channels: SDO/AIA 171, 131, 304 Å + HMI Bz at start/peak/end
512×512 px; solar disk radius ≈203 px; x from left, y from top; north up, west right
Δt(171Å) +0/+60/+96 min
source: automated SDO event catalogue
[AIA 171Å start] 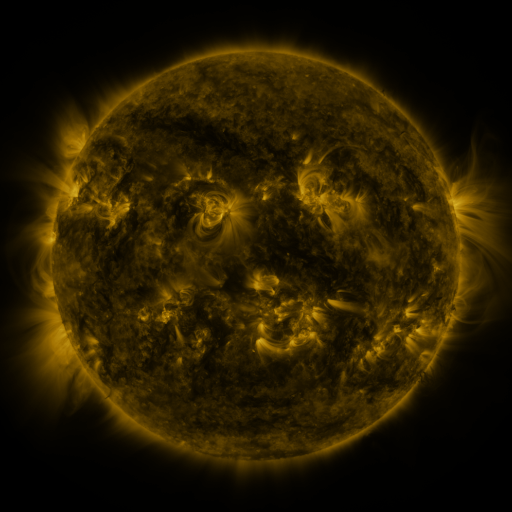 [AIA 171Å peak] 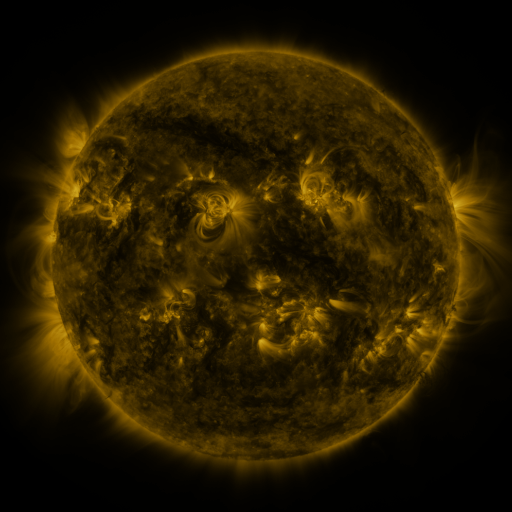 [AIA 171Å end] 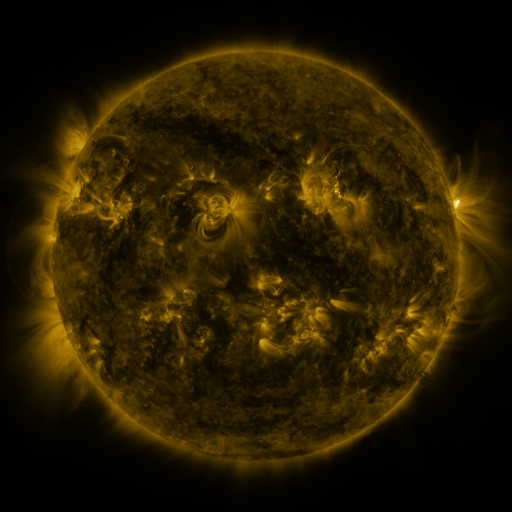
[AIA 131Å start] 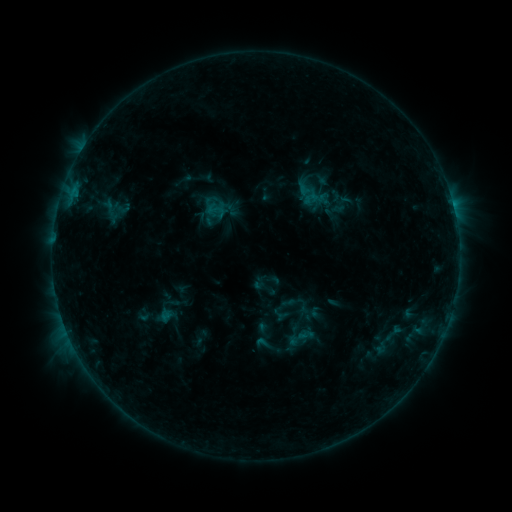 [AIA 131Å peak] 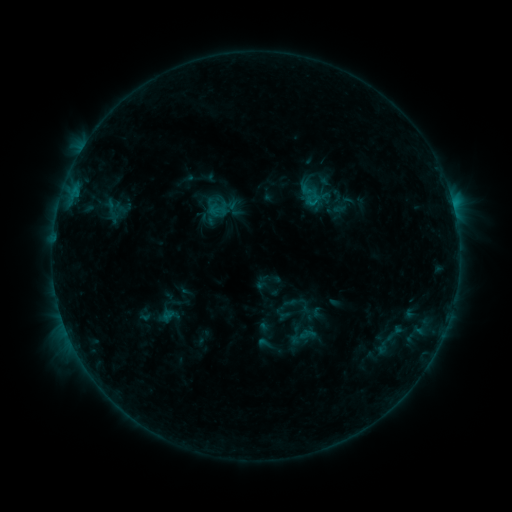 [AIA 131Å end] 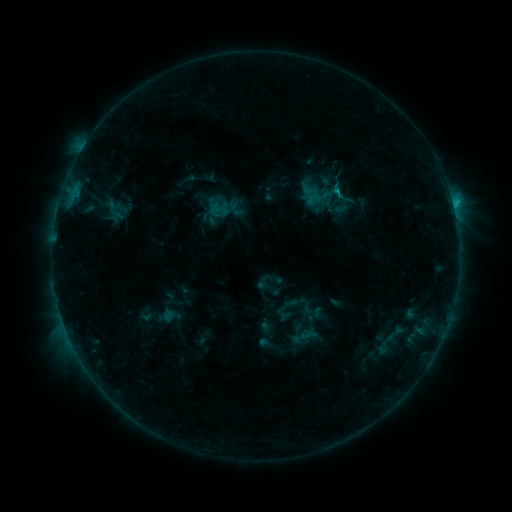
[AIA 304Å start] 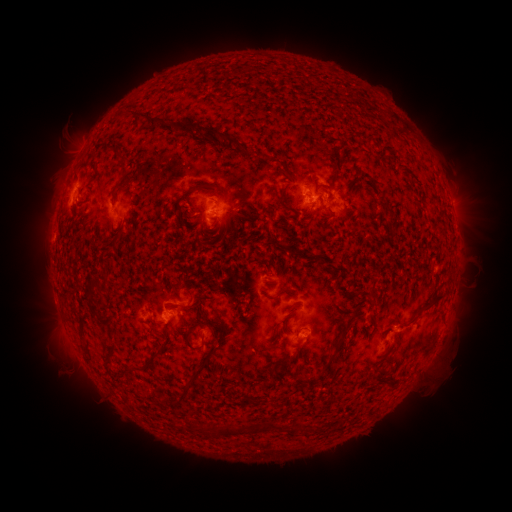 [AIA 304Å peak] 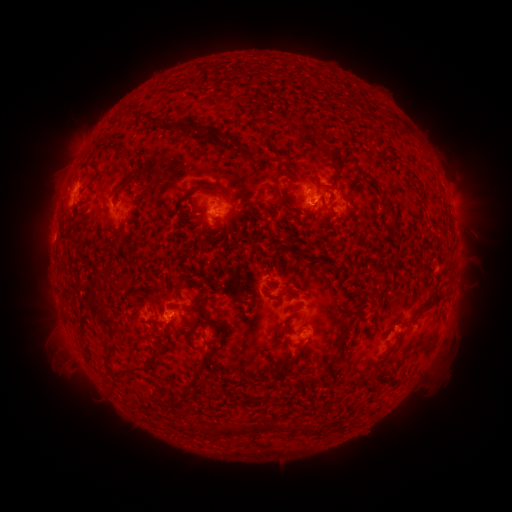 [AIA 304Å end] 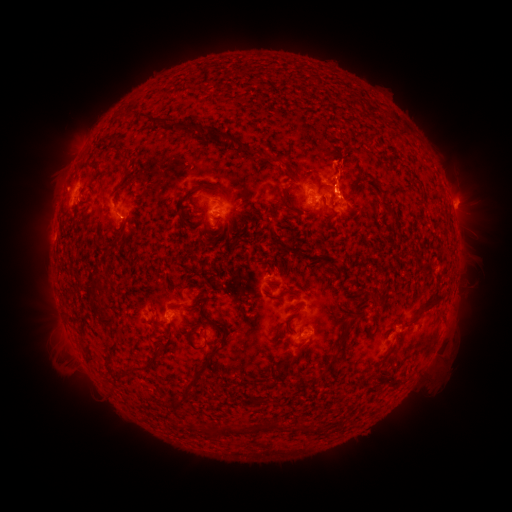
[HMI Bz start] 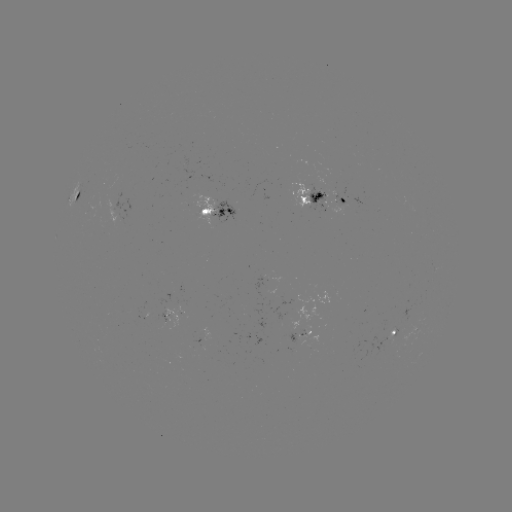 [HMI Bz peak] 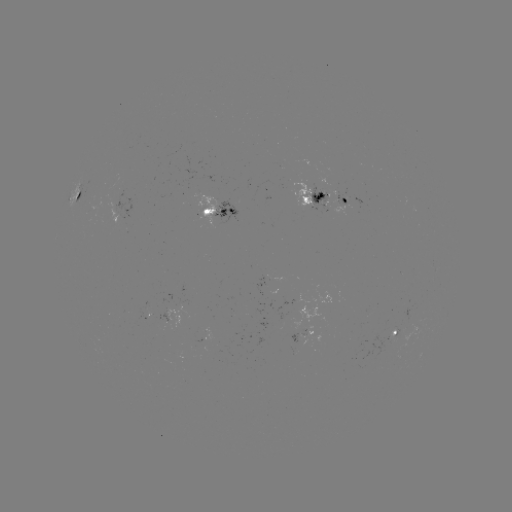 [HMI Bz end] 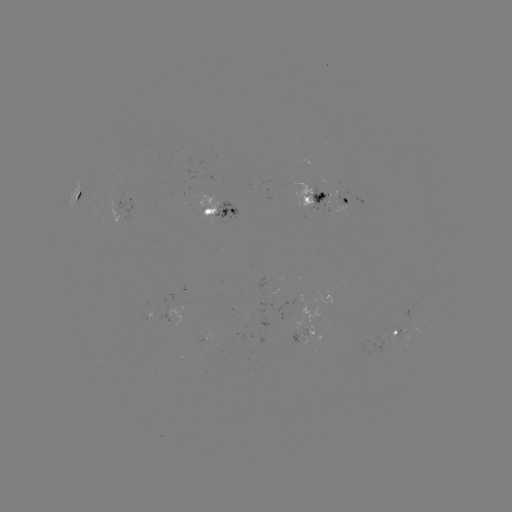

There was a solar emerging-flux region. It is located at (326, 194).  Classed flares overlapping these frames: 2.